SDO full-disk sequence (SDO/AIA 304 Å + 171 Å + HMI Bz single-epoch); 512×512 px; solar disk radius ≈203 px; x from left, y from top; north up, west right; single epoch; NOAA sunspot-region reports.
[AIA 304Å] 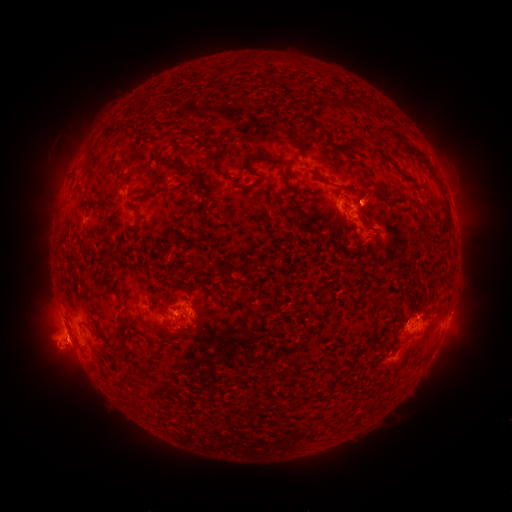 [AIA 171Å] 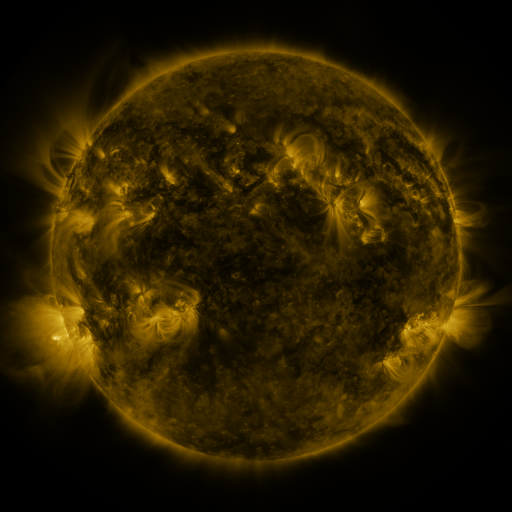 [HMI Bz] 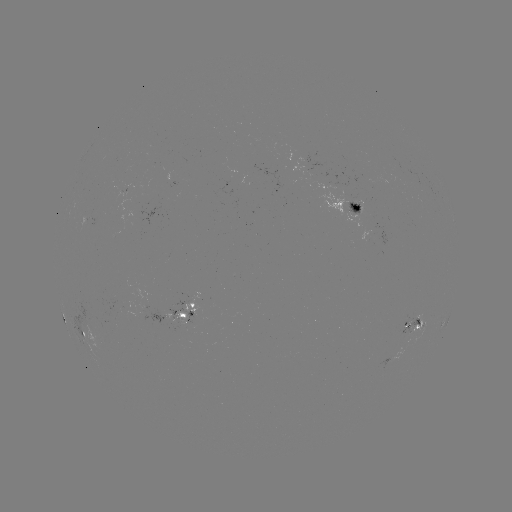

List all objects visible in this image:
spotted active region: (346, 205)
spotted active region: (386, 235)
spotted active region: (183, 311)
spotted active region: (449, 319)
spotted active region: (430, 322)
spotted active region: (415, 324)
spotted active region: (83, 332)
spotted active region: (394, 359)
